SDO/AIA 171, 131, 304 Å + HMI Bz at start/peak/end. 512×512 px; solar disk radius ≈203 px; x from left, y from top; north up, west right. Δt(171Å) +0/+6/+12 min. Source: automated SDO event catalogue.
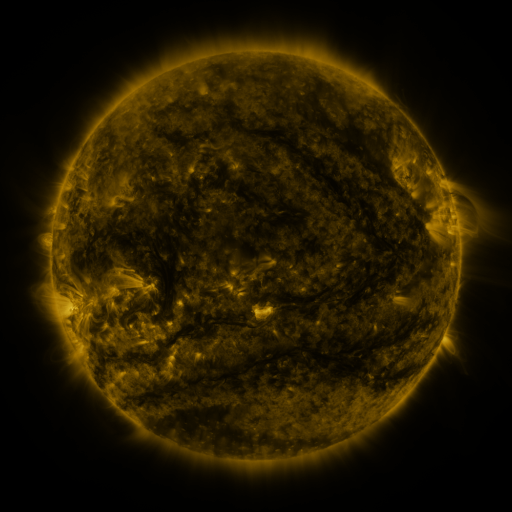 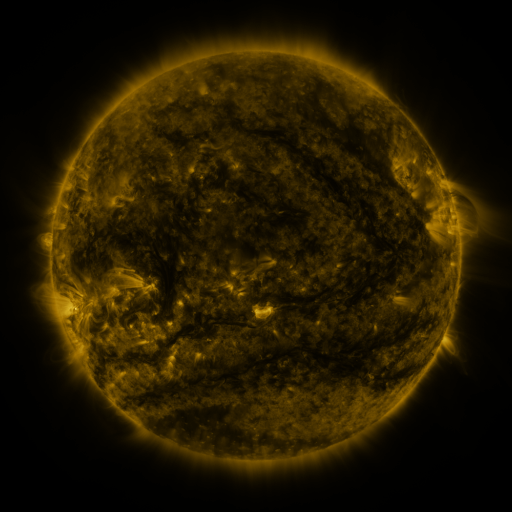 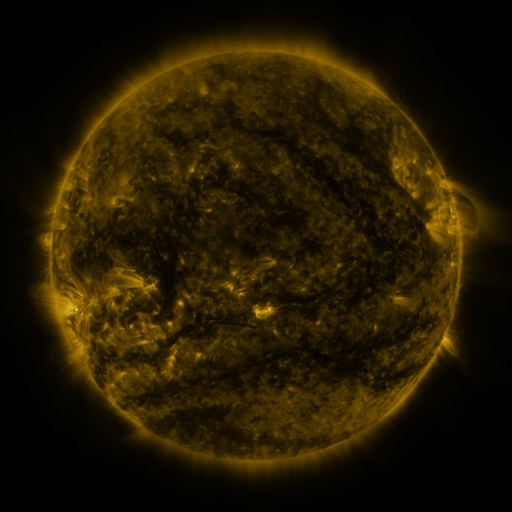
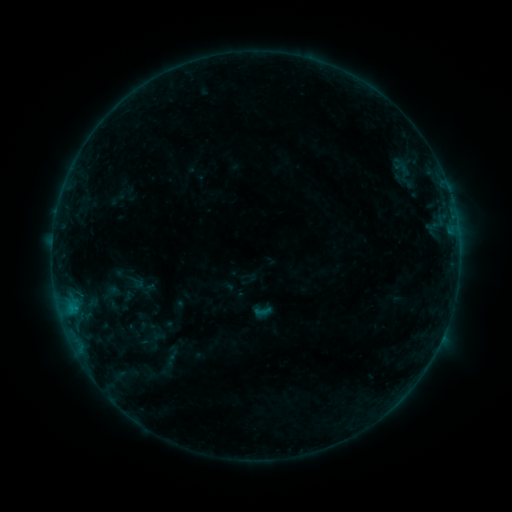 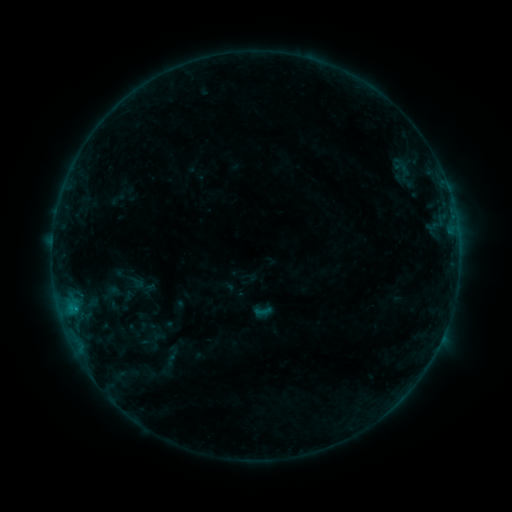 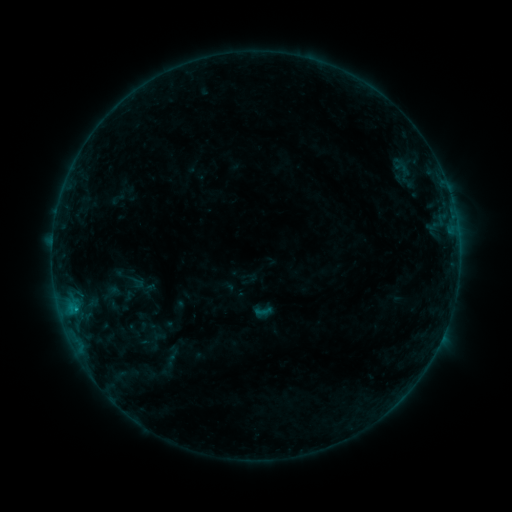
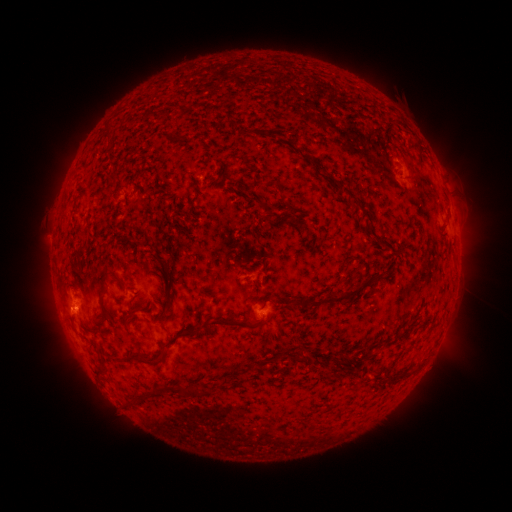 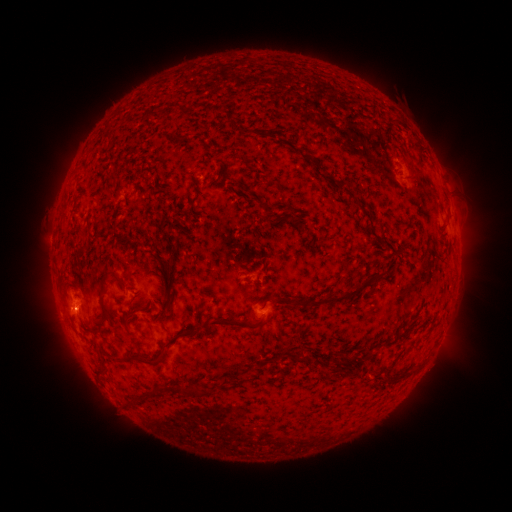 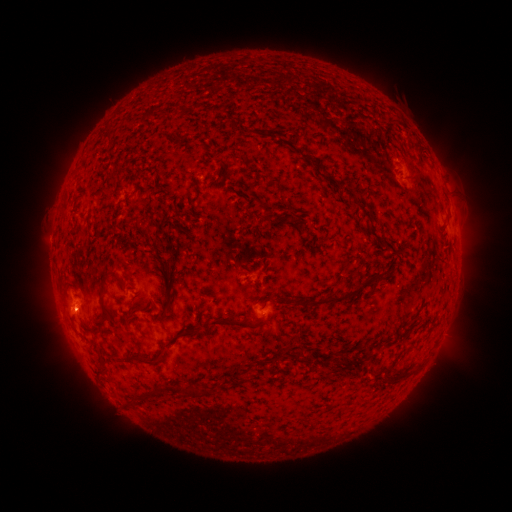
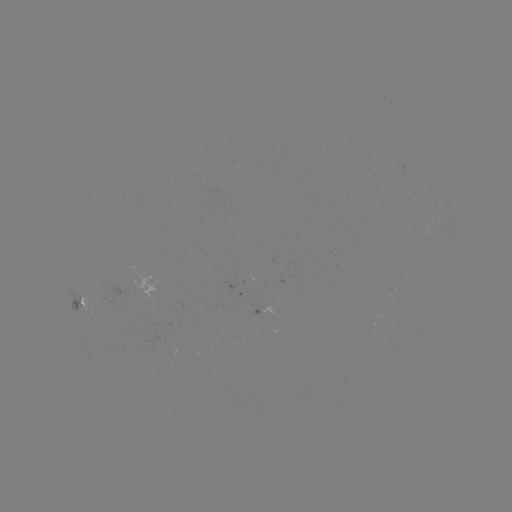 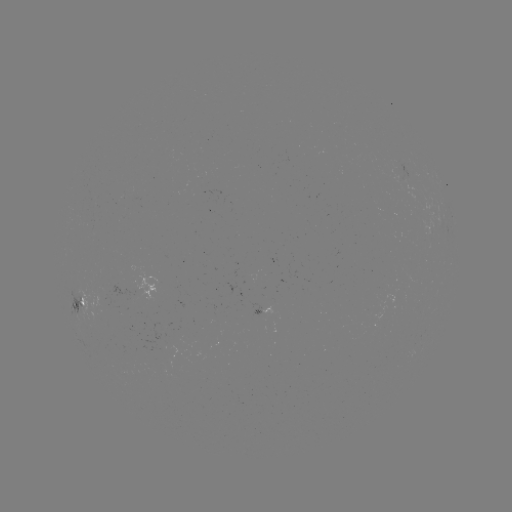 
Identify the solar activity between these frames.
B3.9 flare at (75, 306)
